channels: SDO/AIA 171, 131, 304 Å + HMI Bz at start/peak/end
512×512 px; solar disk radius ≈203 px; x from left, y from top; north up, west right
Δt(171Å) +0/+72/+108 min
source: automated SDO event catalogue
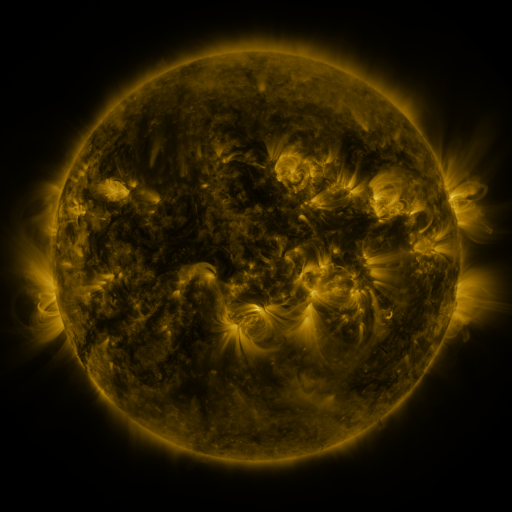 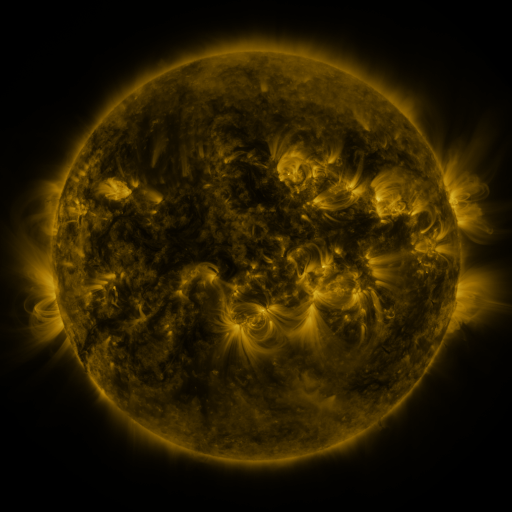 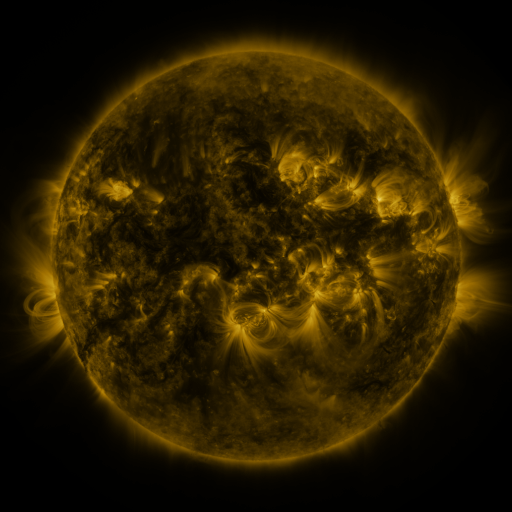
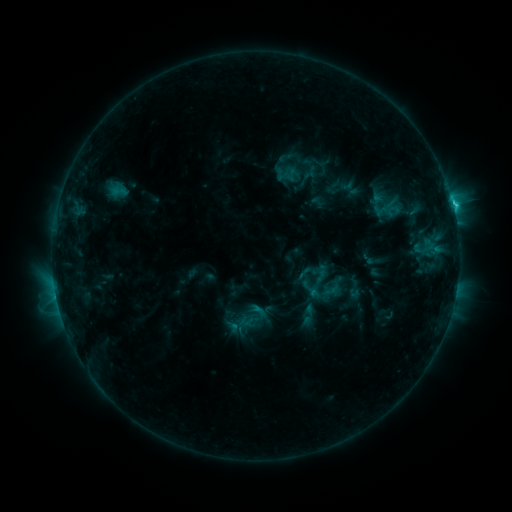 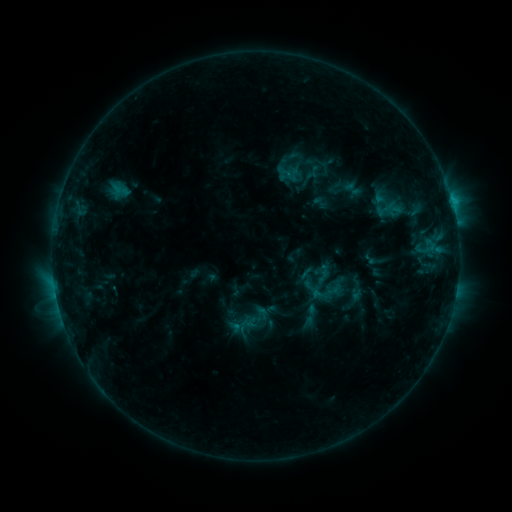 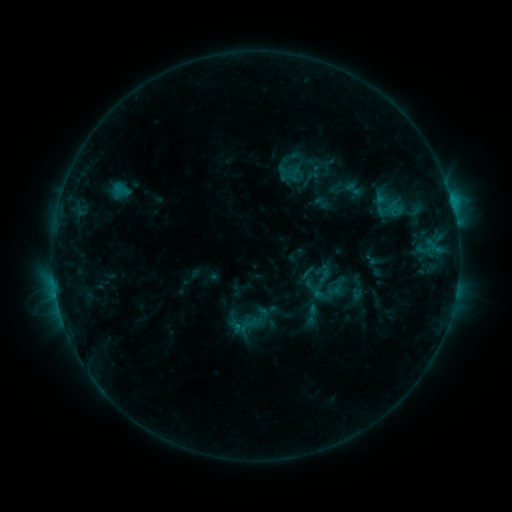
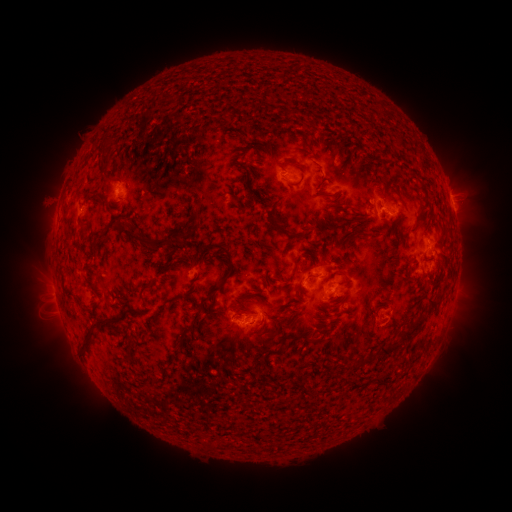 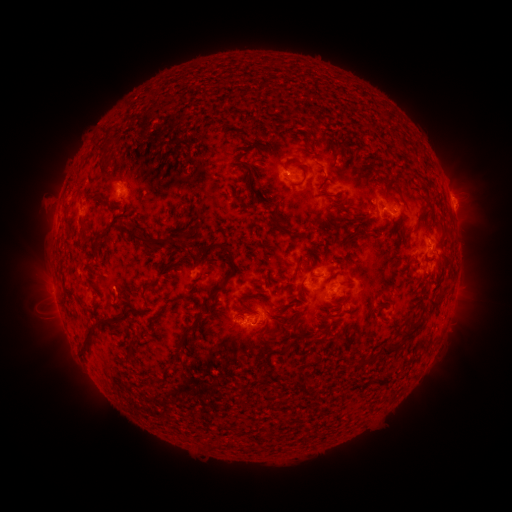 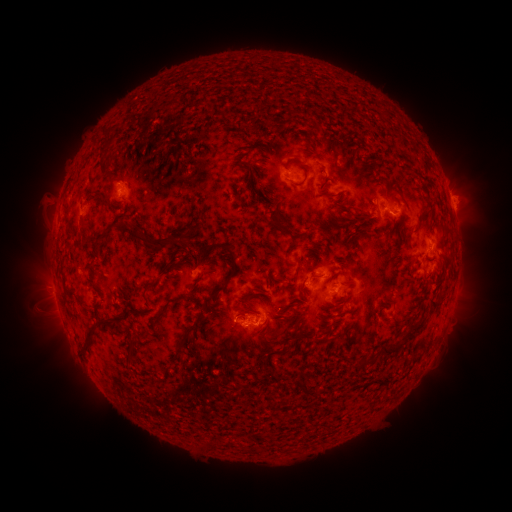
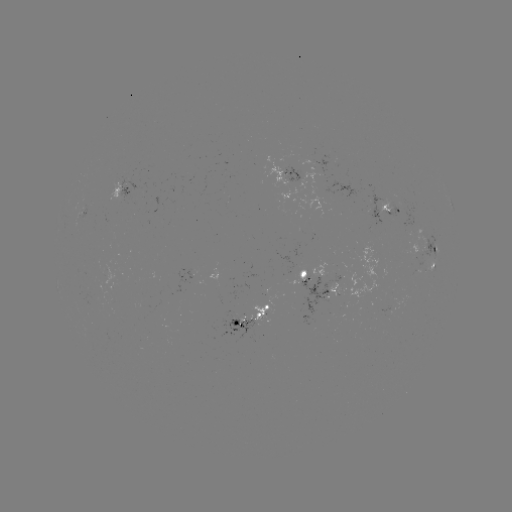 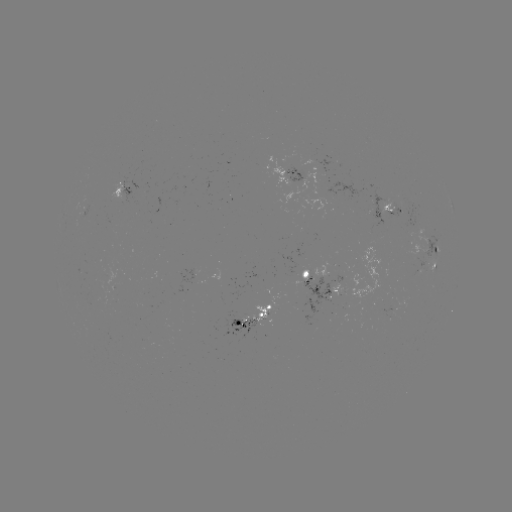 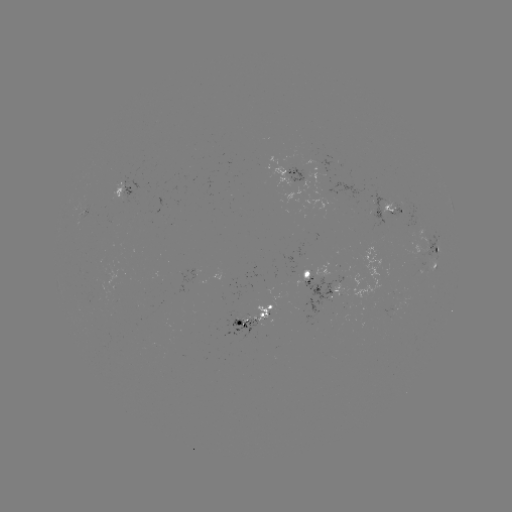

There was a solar emerging-flux region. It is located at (298, 168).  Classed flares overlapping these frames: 2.